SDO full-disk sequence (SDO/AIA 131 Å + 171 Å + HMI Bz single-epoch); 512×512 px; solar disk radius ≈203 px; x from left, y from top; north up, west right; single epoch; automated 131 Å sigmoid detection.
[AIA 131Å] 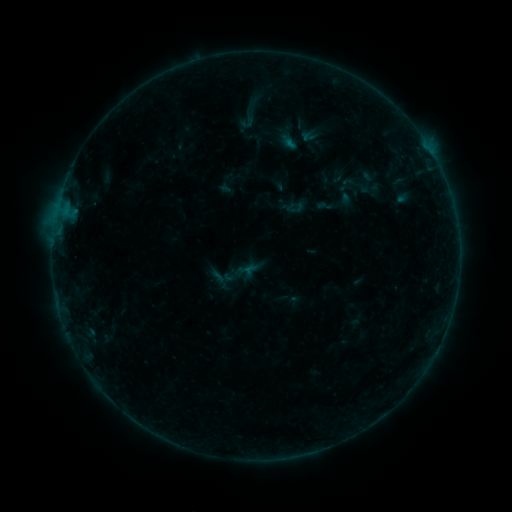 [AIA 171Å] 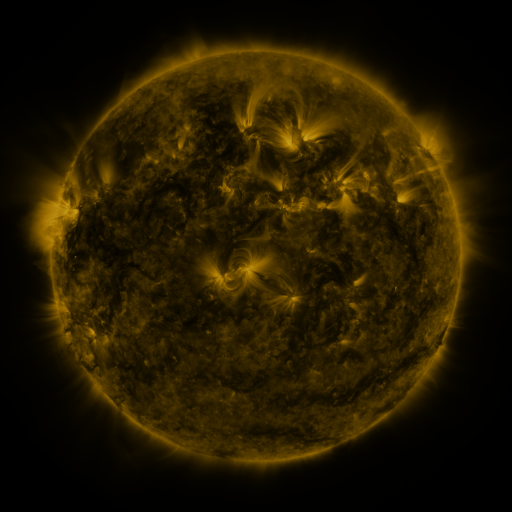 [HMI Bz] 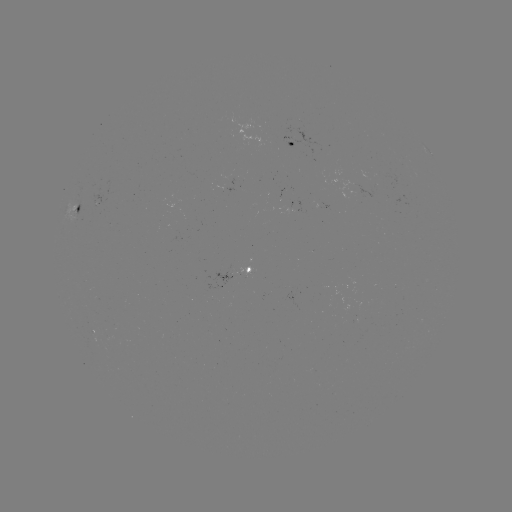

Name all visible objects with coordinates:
sigmoid: (234, 103, 263, 131)
